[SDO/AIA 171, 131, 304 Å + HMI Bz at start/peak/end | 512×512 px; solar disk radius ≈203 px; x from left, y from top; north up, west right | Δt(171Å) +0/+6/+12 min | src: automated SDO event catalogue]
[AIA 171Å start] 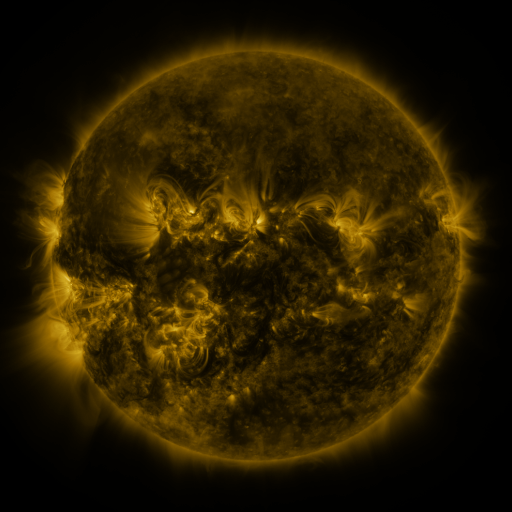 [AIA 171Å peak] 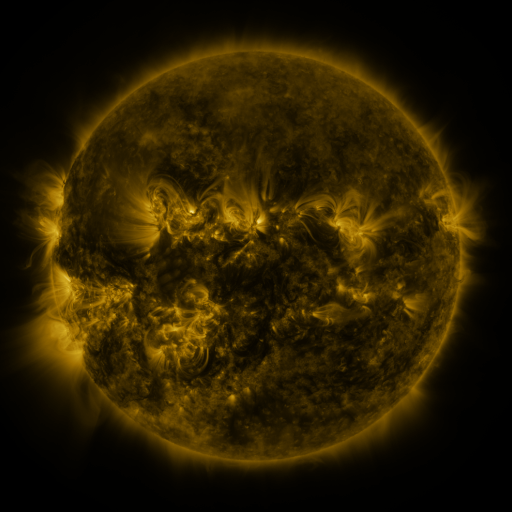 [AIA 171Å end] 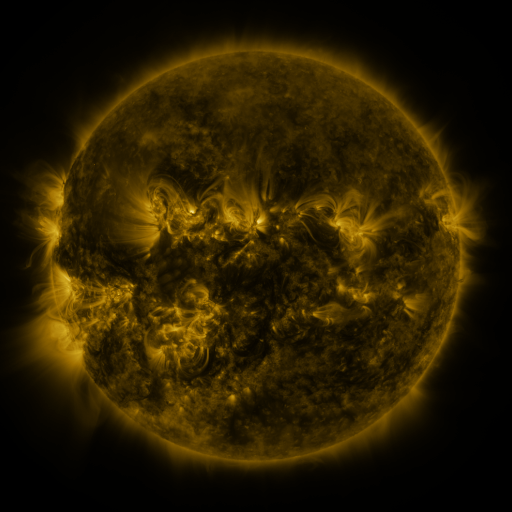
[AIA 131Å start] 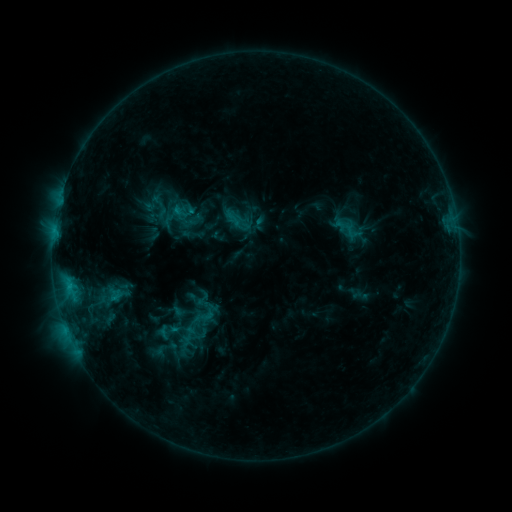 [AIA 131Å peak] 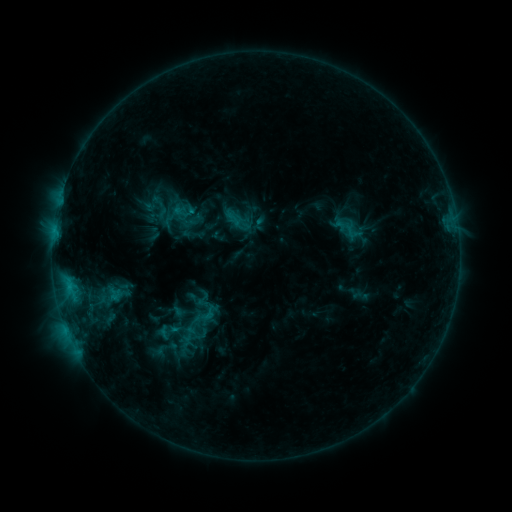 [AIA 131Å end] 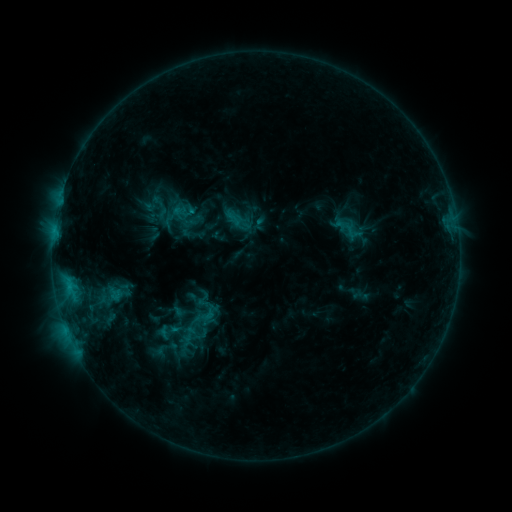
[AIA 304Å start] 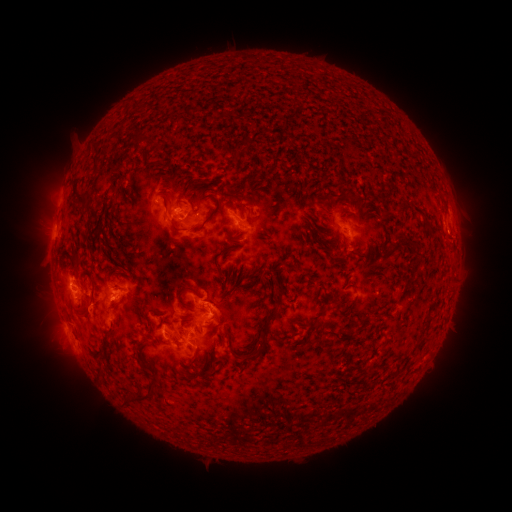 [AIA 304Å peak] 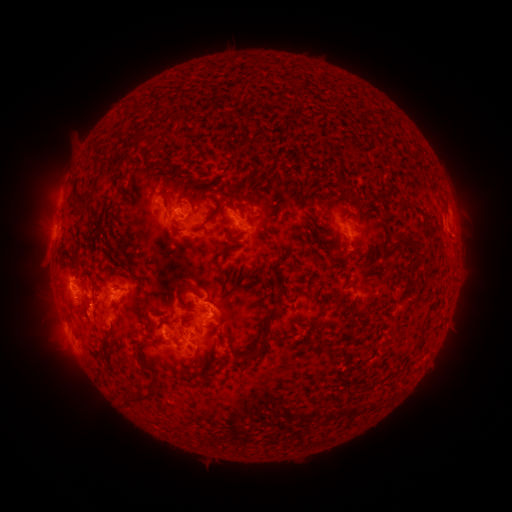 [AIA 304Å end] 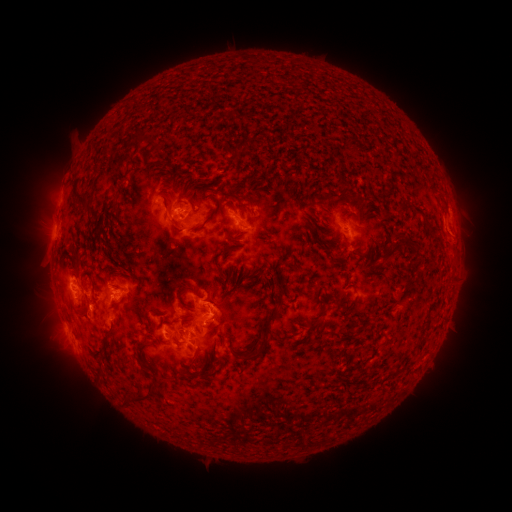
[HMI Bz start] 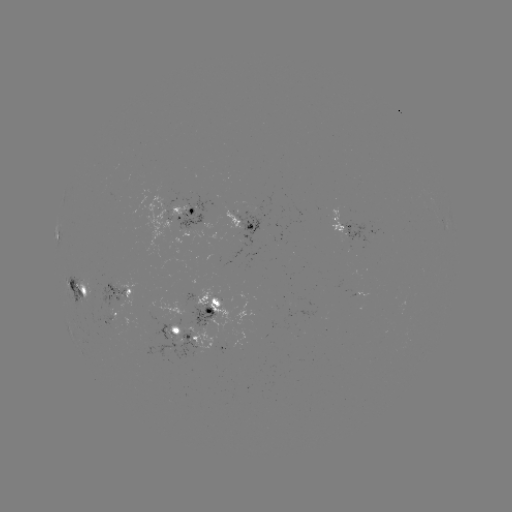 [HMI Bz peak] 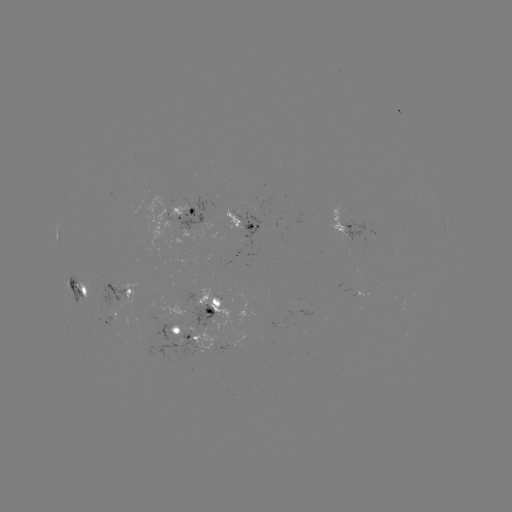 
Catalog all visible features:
eruption: (90, 314)
